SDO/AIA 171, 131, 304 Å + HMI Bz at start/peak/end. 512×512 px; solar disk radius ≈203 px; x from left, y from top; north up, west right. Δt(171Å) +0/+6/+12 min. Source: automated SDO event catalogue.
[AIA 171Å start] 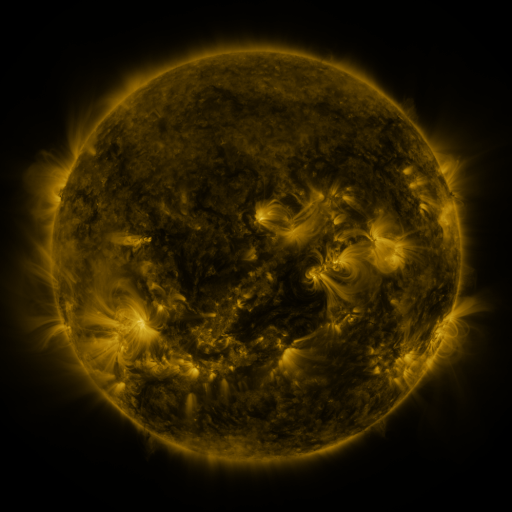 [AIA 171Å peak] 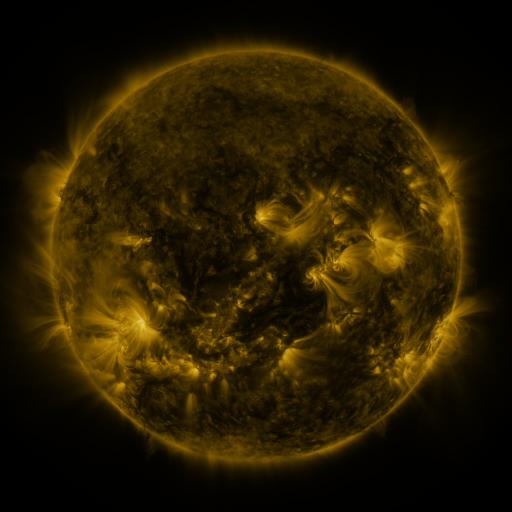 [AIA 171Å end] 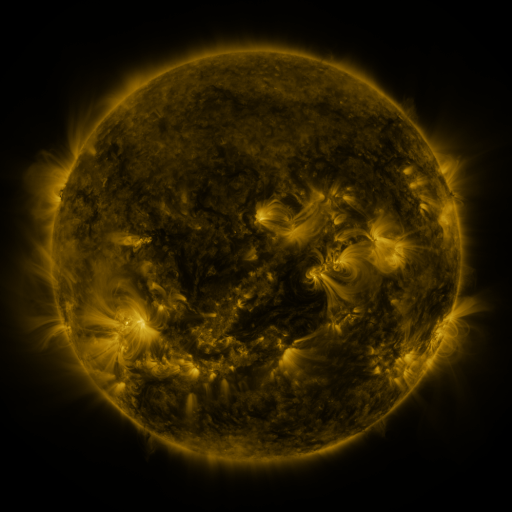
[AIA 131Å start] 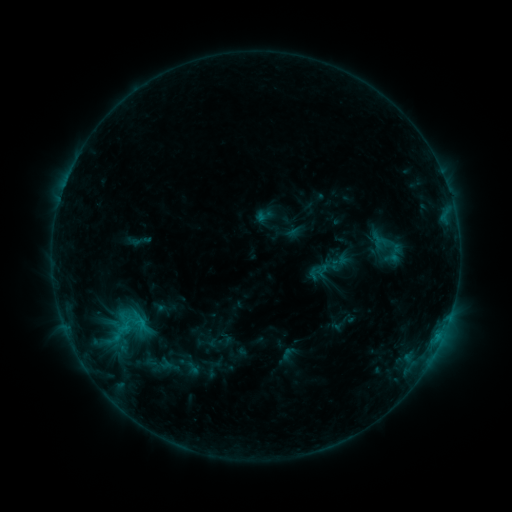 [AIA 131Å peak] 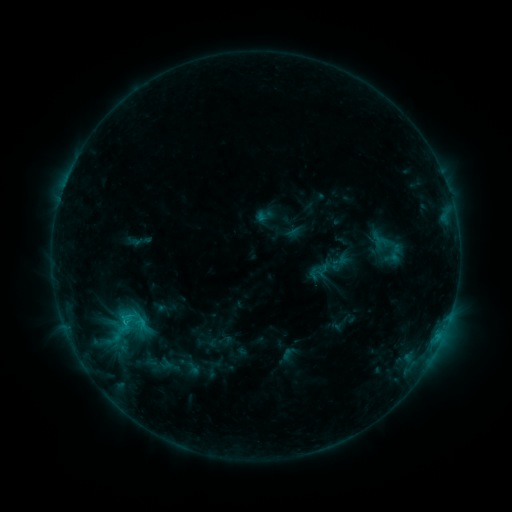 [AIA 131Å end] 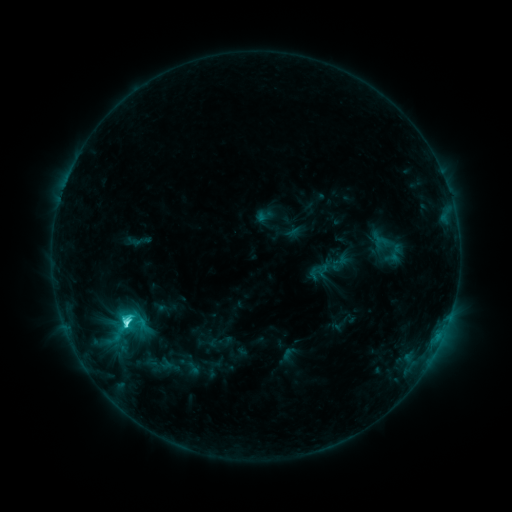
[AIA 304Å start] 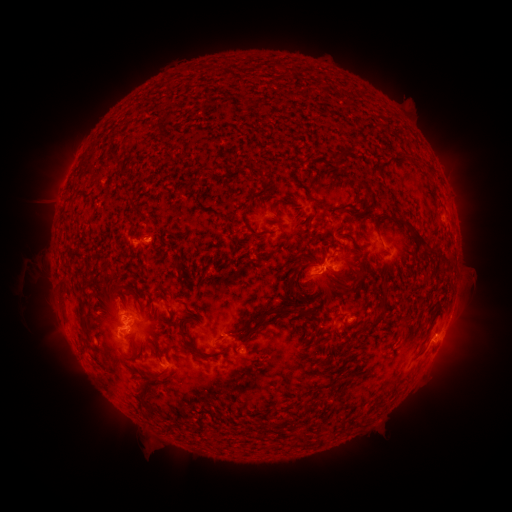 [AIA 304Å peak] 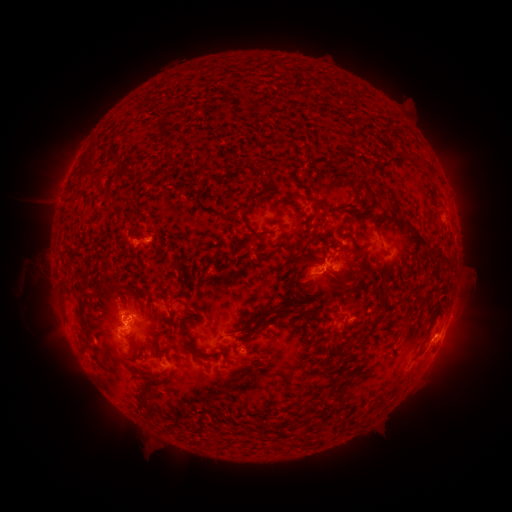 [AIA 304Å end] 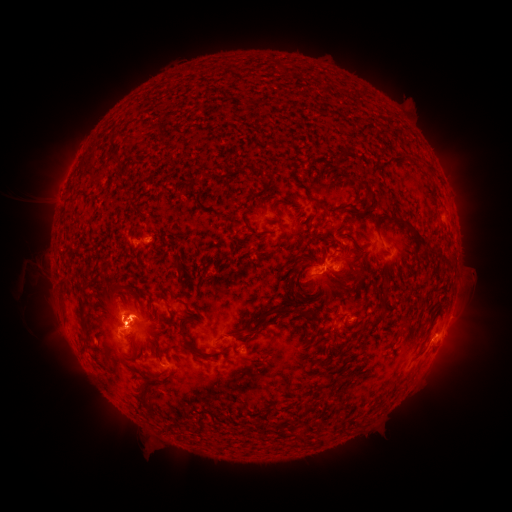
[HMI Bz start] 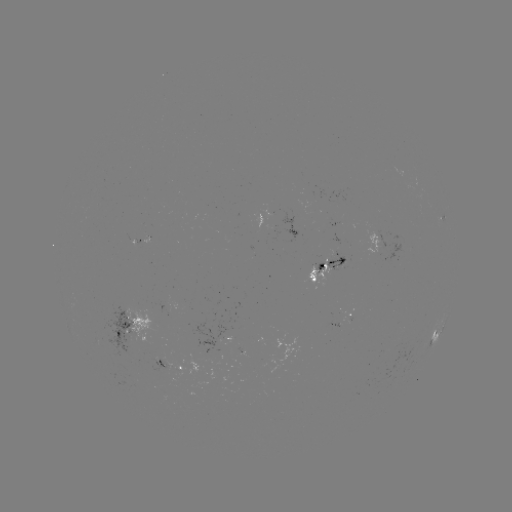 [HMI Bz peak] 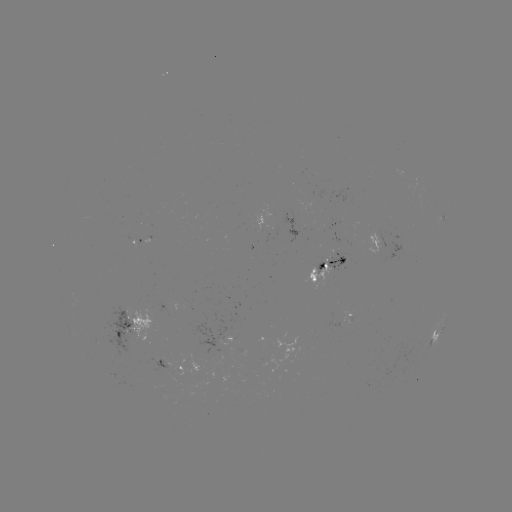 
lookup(eruption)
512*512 [130, 319]